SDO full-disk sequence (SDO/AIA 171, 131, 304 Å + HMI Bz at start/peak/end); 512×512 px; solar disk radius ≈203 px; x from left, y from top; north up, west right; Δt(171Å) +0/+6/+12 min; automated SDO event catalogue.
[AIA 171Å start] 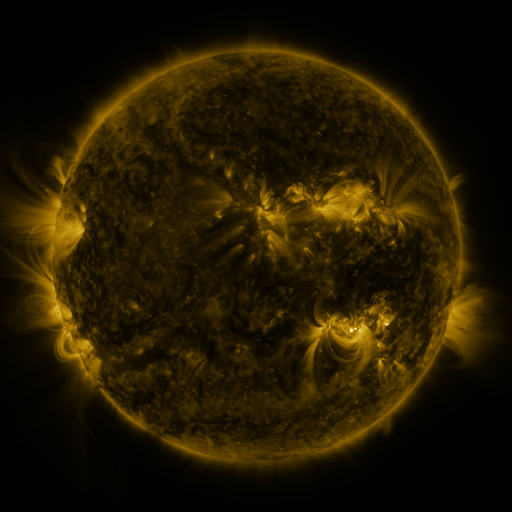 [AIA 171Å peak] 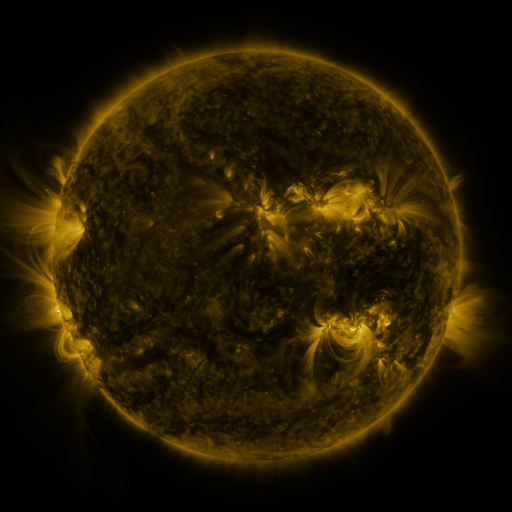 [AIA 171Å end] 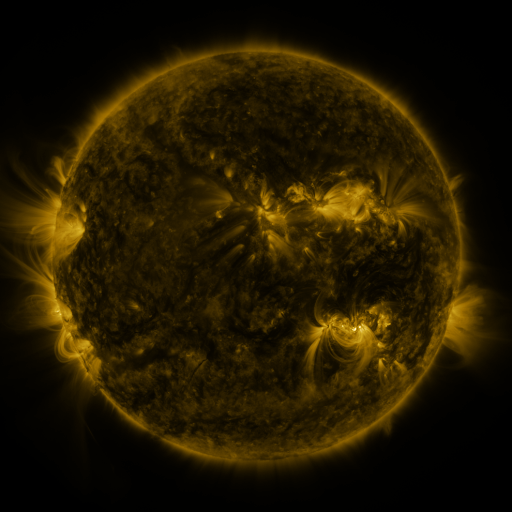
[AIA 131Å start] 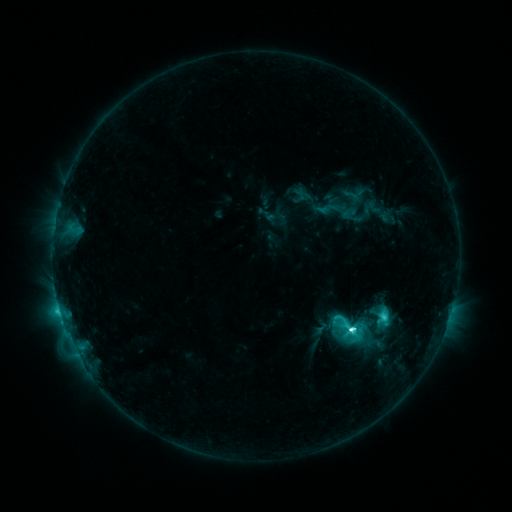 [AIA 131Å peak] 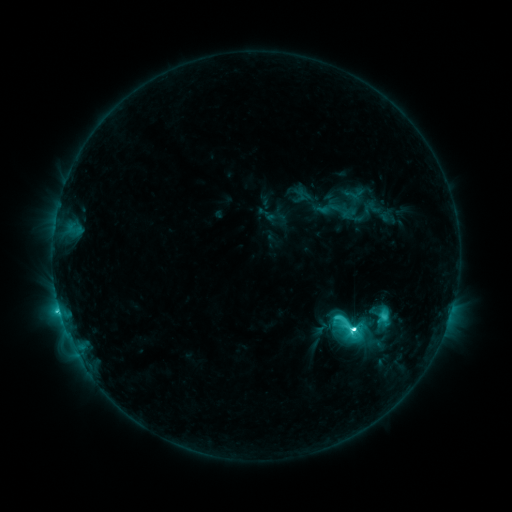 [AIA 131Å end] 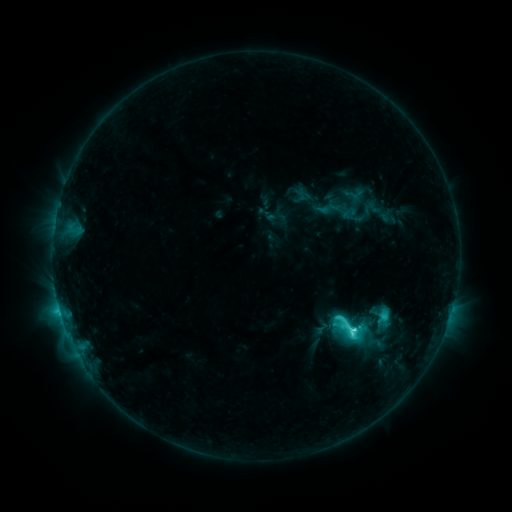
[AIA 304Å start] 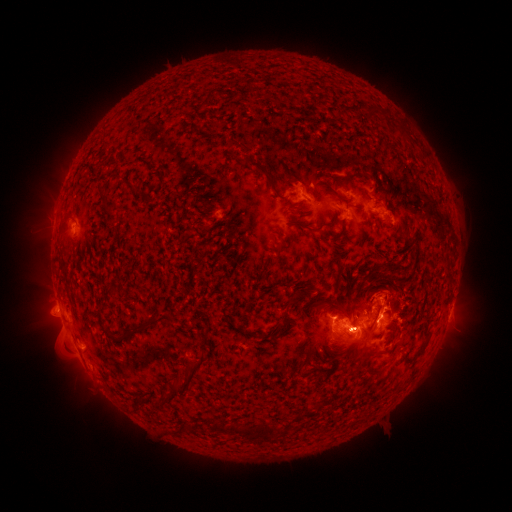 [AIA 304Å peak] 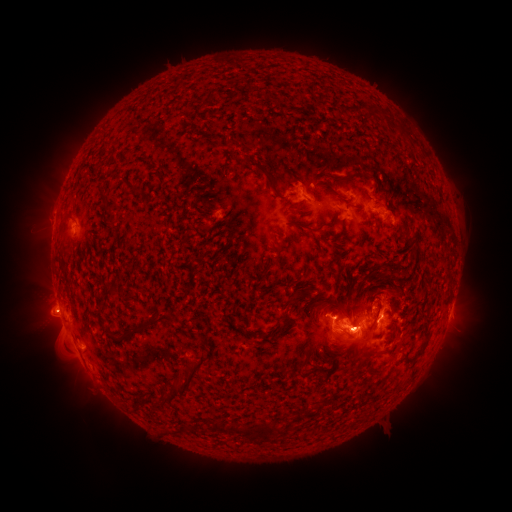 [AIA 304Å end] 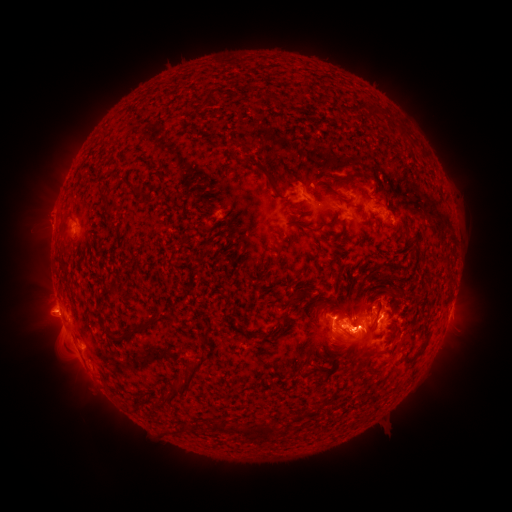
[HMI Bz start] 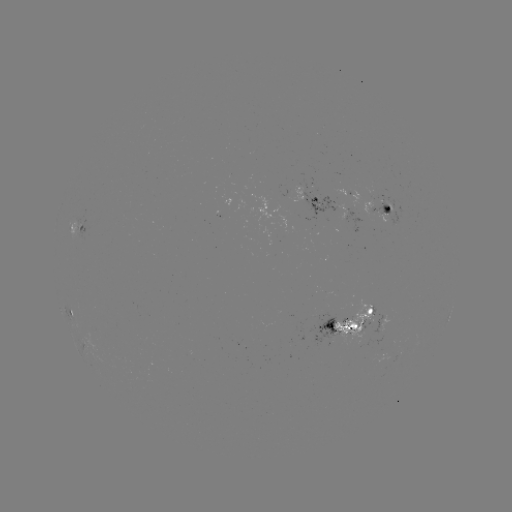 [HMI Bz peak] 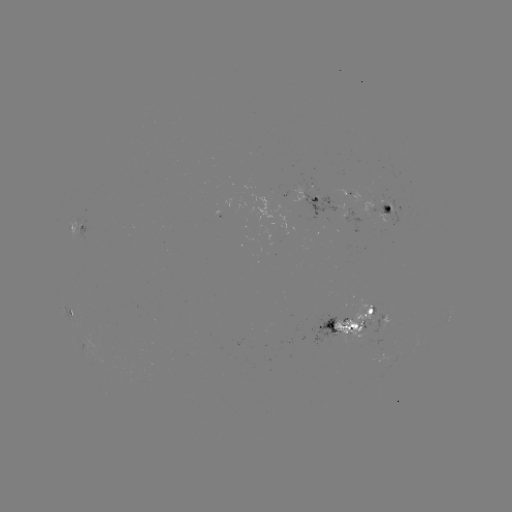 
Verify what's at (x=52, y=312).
eruption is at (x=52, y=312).